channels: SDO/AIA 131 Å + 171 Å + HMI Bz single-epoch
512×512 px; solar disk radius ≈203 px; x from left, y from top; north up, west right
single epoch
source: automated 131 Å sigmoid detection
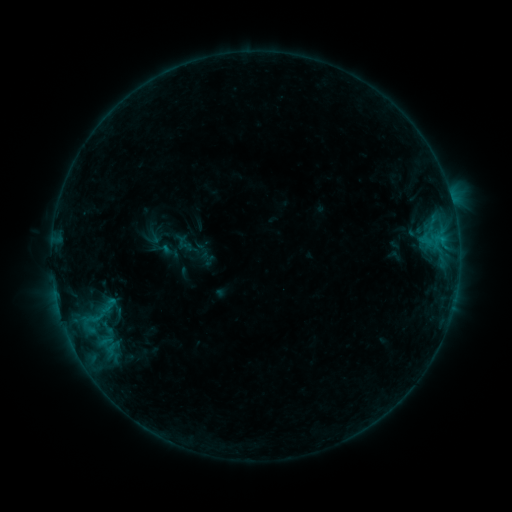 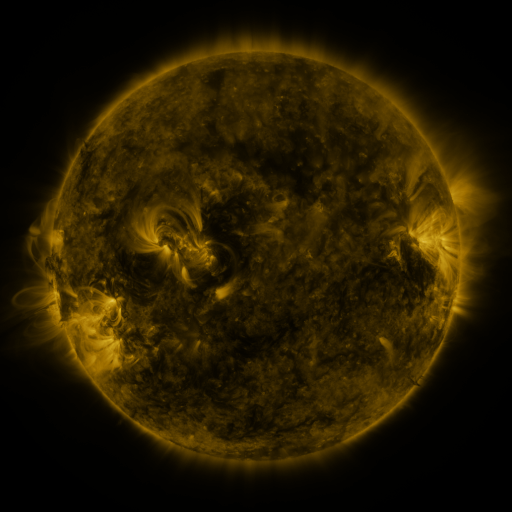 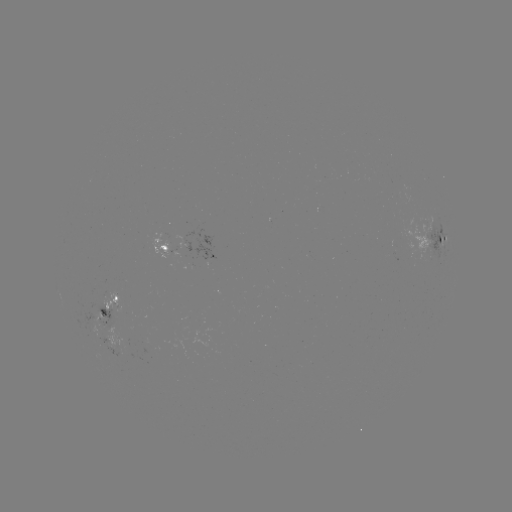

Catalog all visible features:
sigmoid: (104, 308)
